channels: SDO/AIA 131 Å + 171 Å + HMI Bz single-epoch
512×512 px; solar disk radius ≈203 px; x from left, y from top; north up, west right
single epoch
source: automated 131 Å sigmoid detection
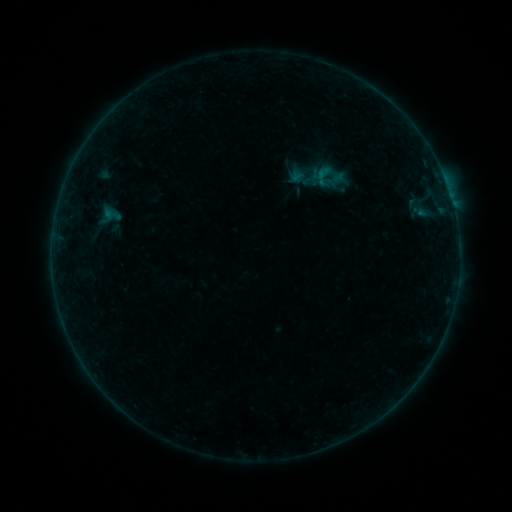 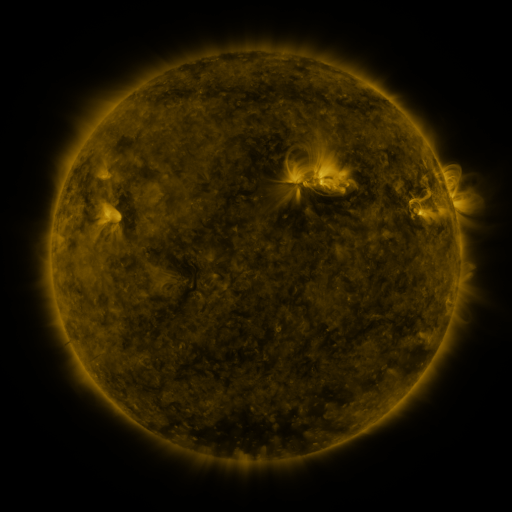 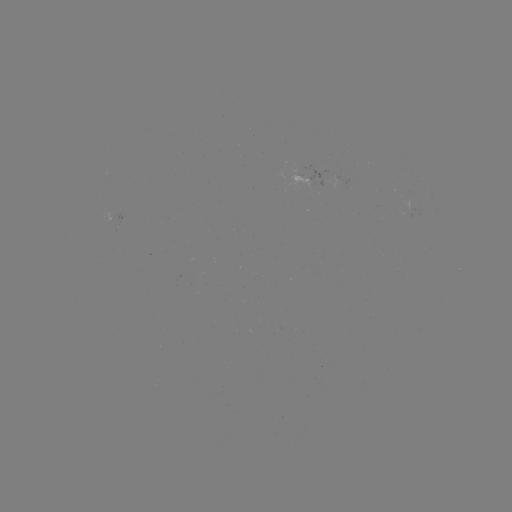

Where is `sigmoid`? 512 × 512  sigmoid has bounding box [310, 164, 336, 188].